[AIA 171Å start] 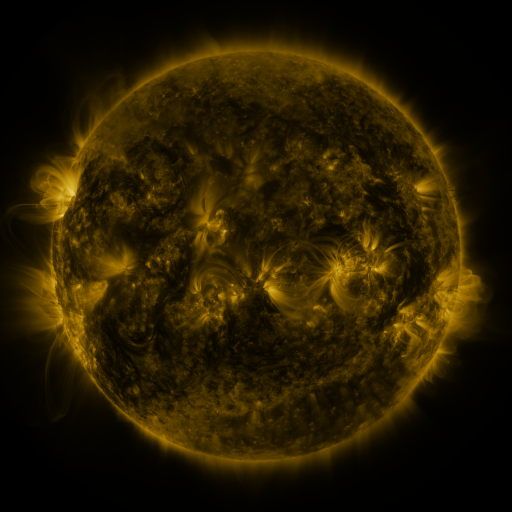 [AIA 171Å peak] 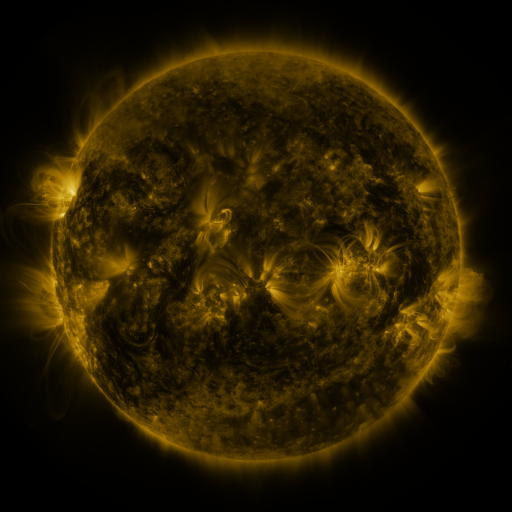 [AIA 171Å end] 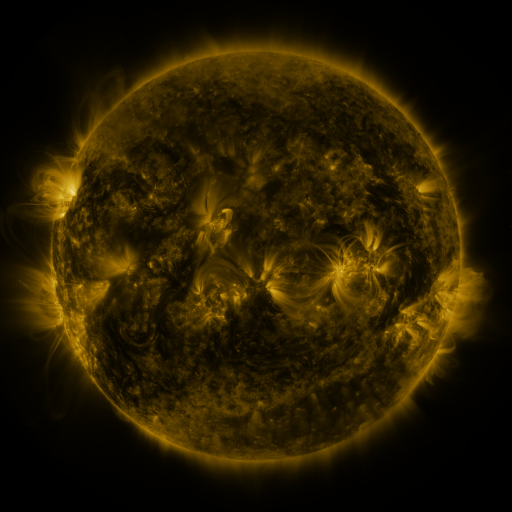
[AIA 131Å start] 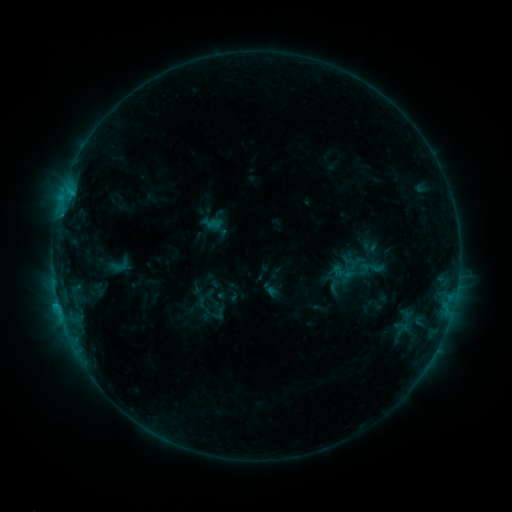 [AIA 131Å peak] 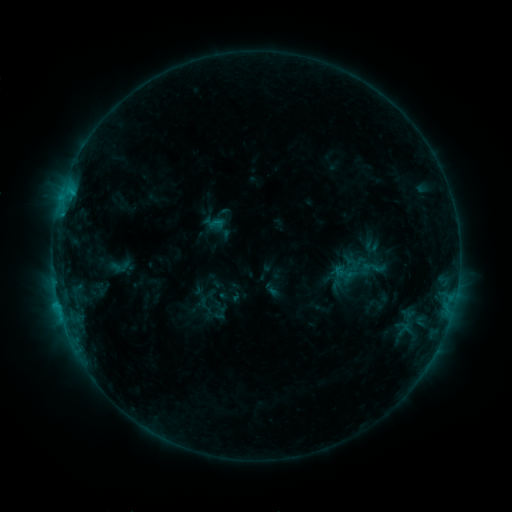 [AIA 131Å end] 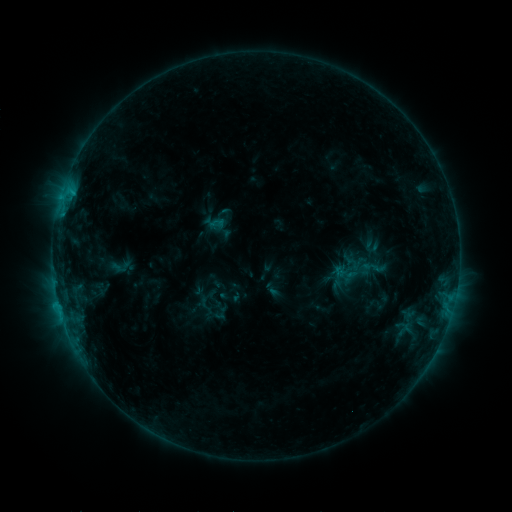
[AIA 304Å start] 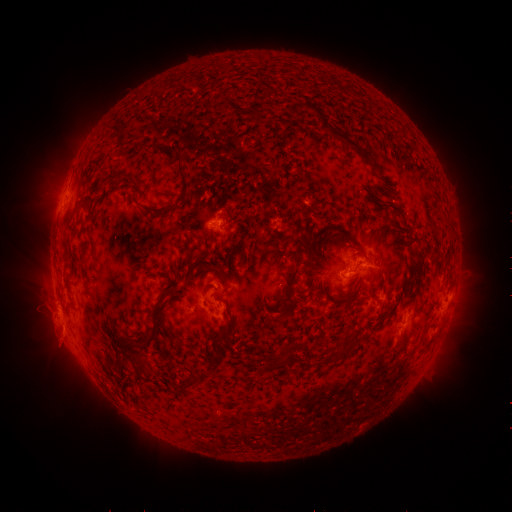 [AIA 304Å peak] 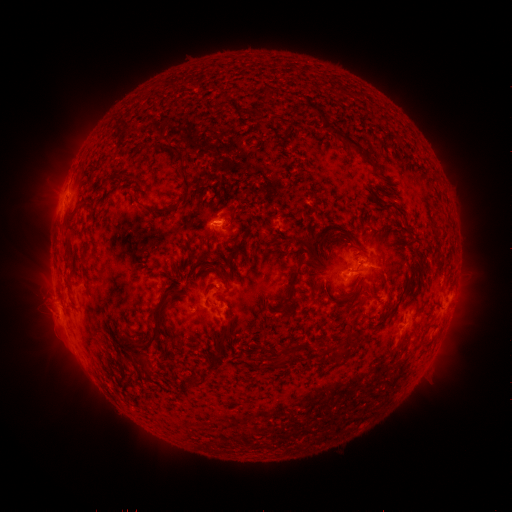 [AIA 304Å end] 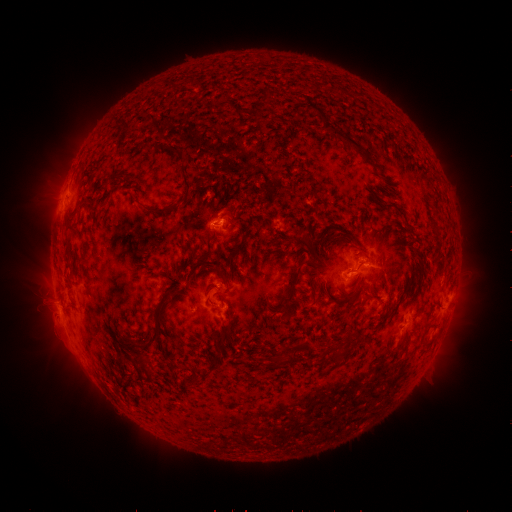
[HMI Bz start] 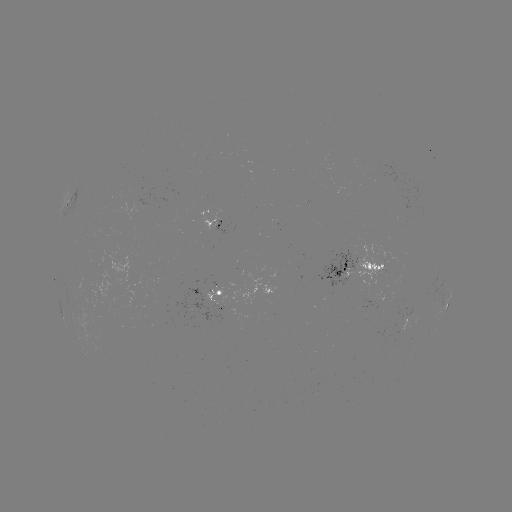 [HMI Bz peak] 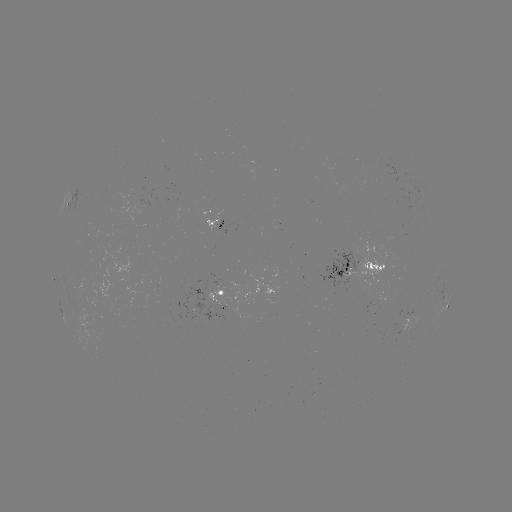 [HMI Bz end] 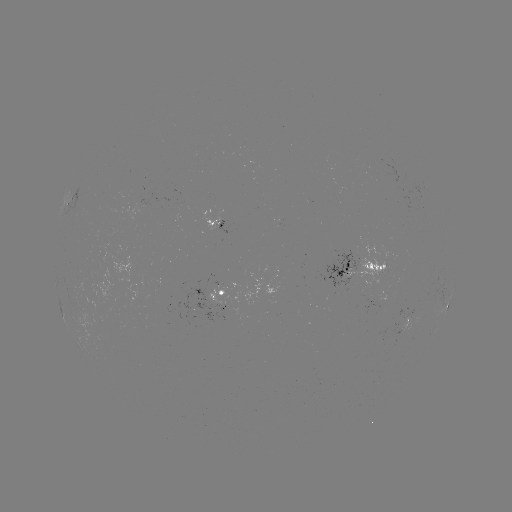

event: emerging-flux region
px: (381, 302)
